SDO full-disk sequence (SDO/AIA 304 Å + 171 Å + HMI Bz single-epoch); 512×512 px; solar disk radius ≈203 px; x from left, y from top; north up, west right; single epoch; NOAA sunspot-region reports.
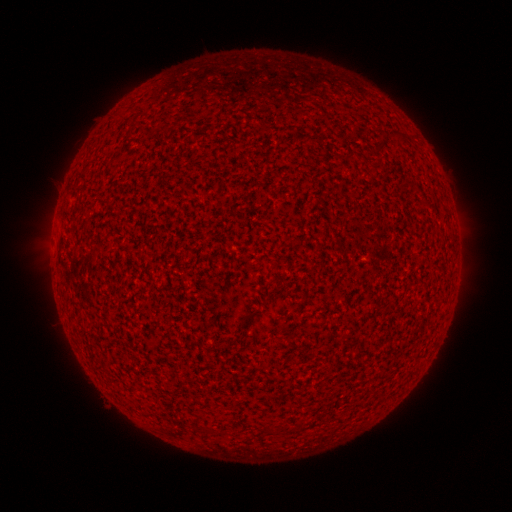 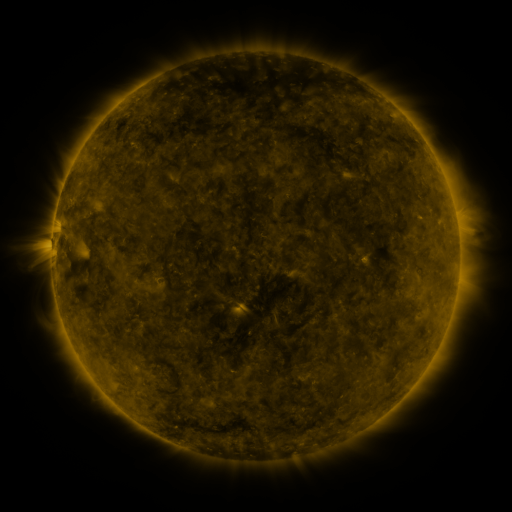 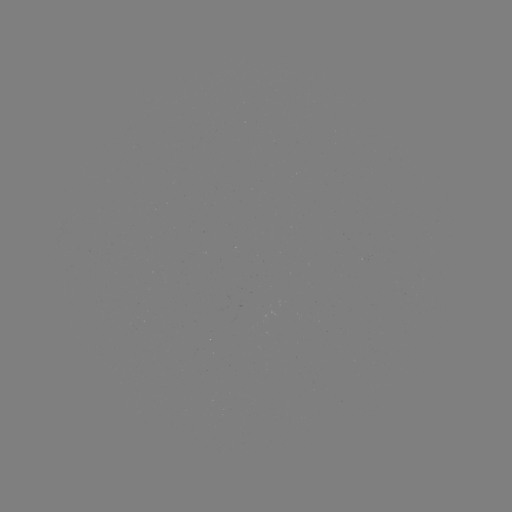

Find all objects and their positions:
(none)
